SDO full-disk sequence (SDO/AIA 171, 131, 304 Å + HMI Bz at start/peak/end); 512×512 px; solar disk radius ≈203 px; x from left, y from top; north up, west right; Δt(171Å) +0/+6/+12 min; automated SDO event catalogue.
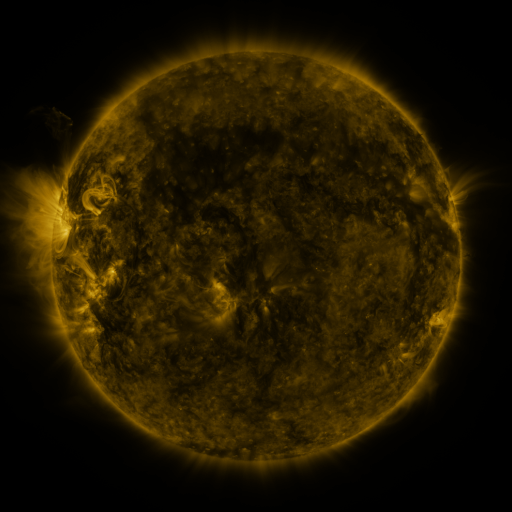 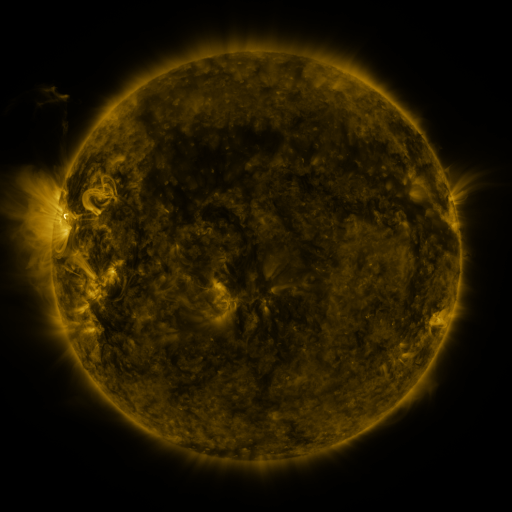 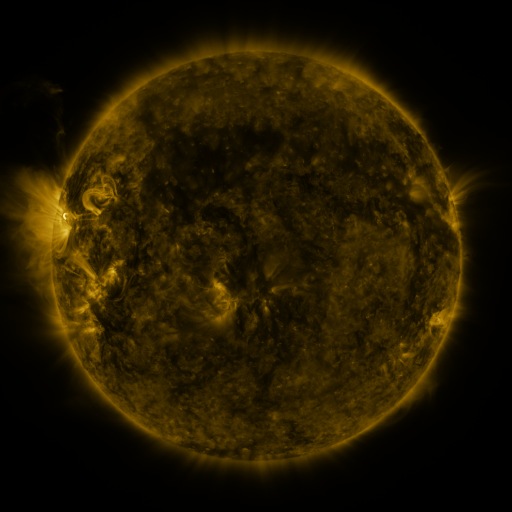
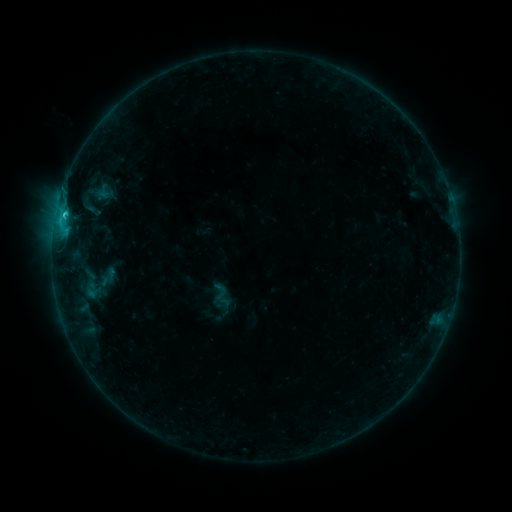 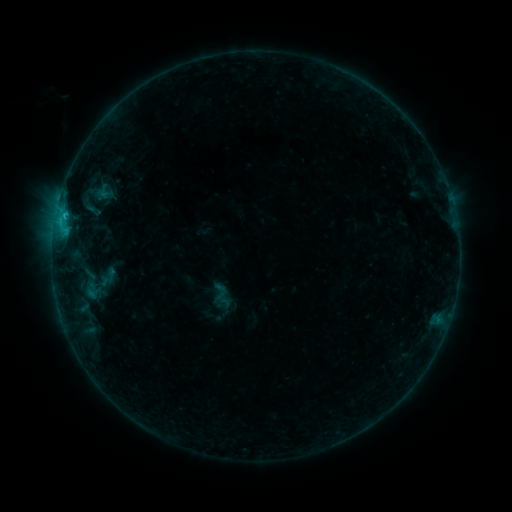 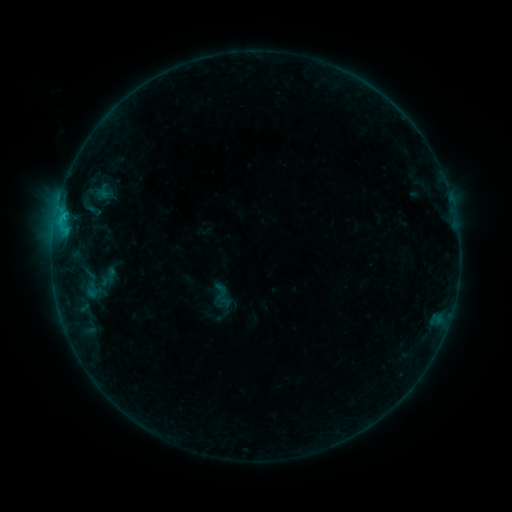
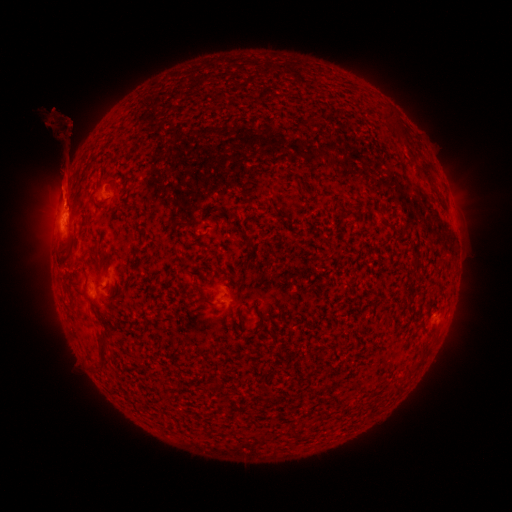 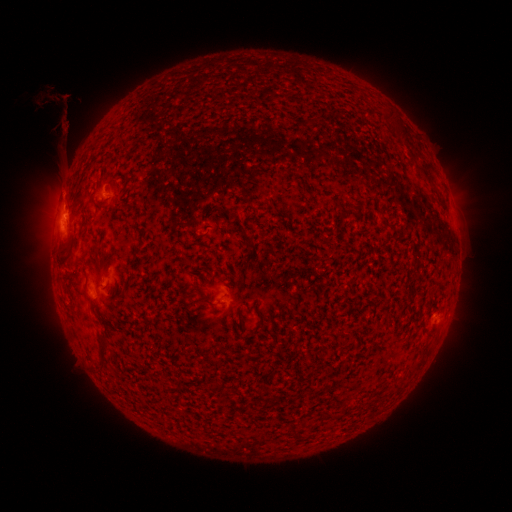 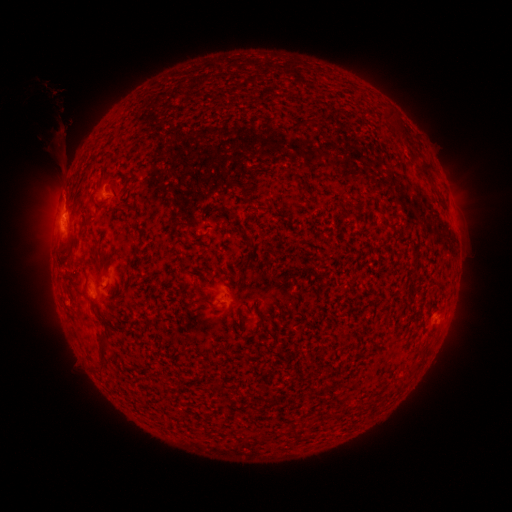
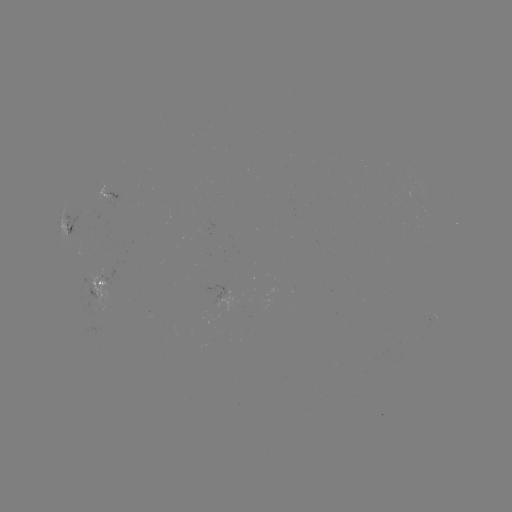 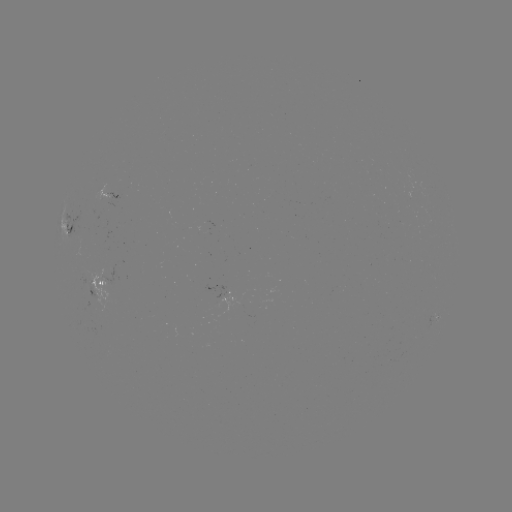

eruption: (32, 79, 85, 137)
